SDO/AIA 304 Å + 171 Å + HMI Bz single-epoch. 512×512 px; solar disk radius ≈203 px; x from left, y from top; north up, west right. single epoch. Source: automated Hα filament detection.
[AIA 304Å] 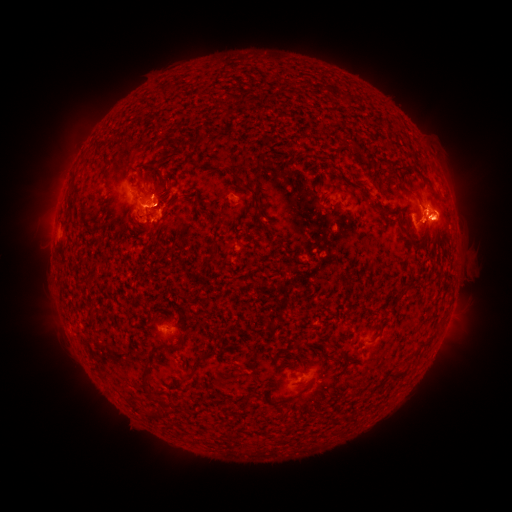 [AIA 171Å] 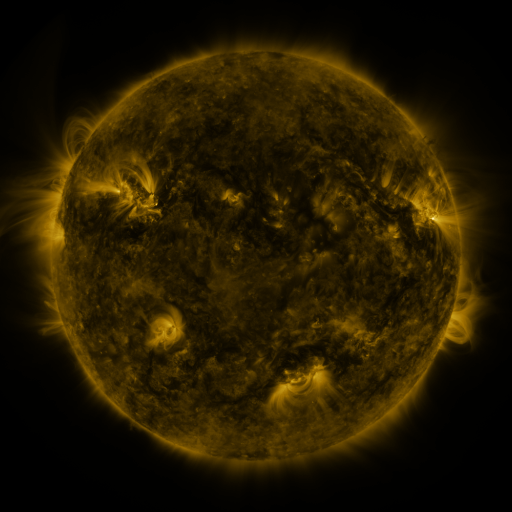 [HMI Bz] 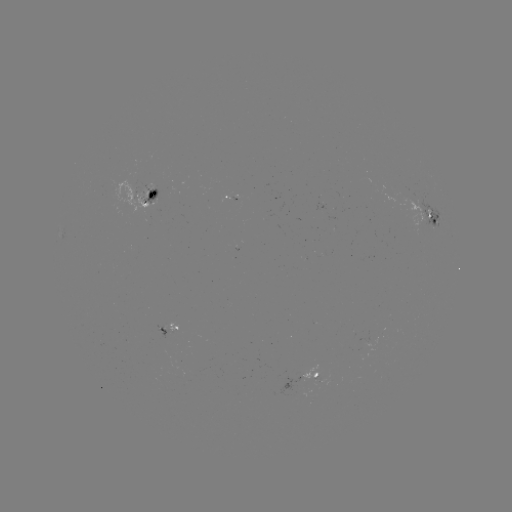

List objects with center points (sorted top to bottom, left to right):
filament: (198, 136)
filament: (397, 175)
filament: (246, 189)
filament: (428, 343)
filament: (200, 358)
filament: (396, 376)
filament: (143, 377)
filament: (307, 387)
filament: (161, 414)
